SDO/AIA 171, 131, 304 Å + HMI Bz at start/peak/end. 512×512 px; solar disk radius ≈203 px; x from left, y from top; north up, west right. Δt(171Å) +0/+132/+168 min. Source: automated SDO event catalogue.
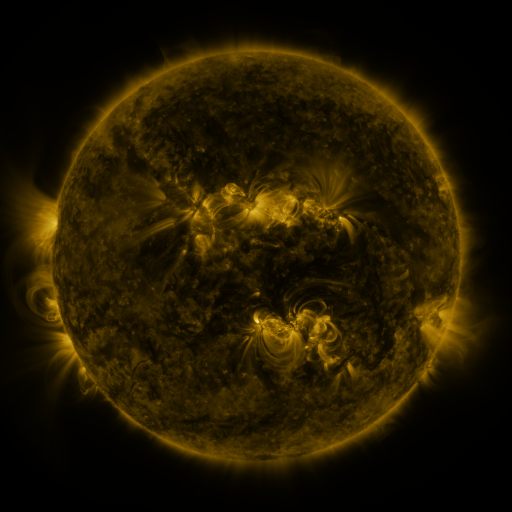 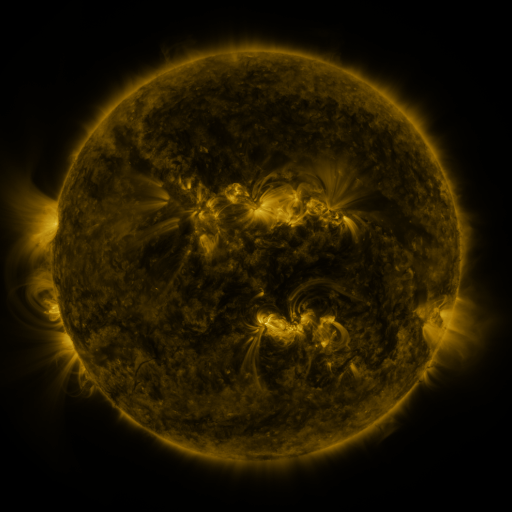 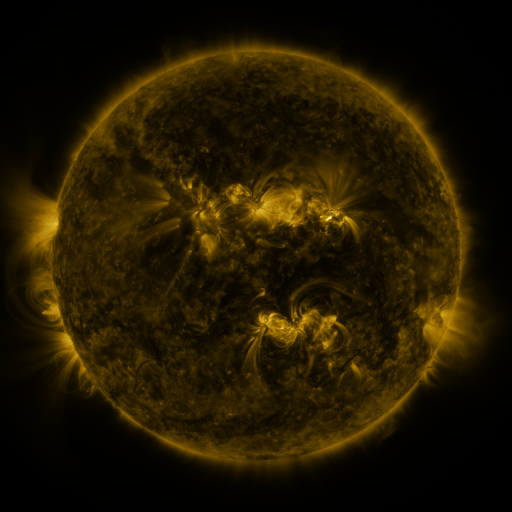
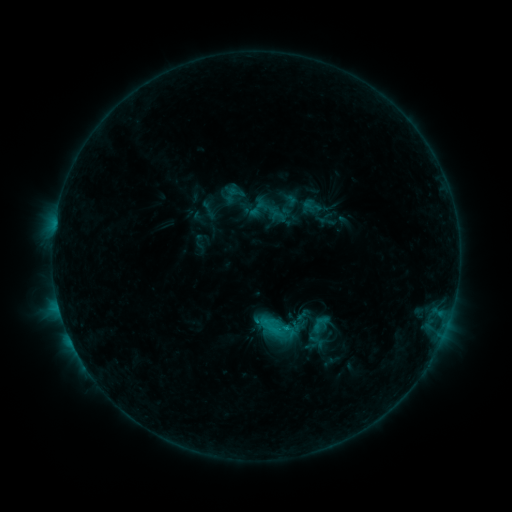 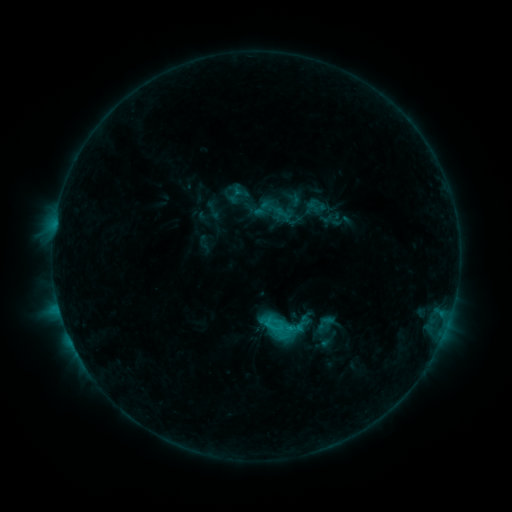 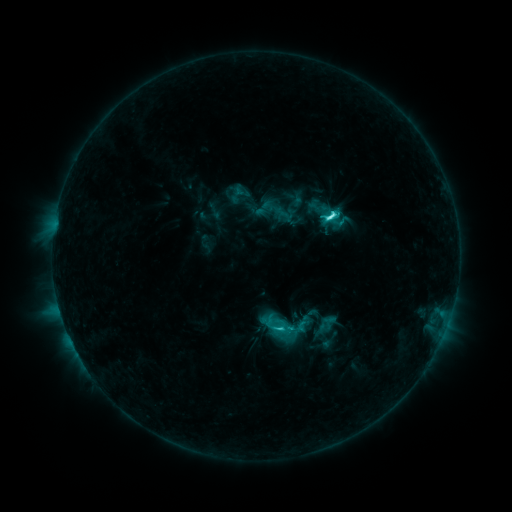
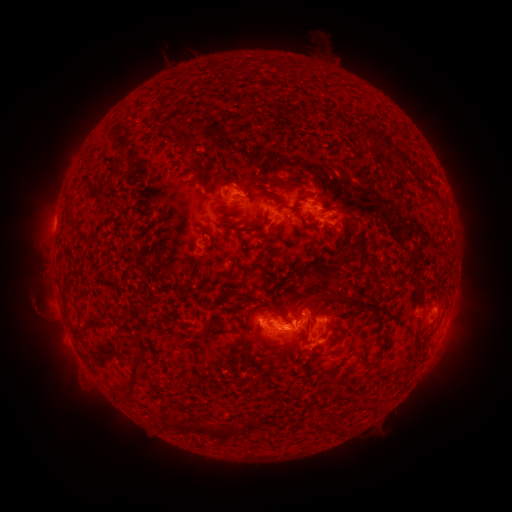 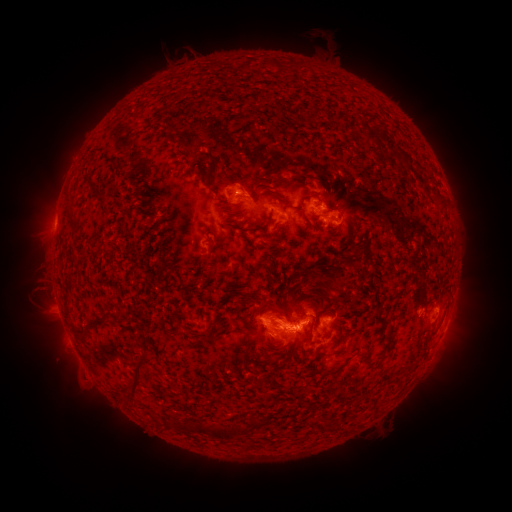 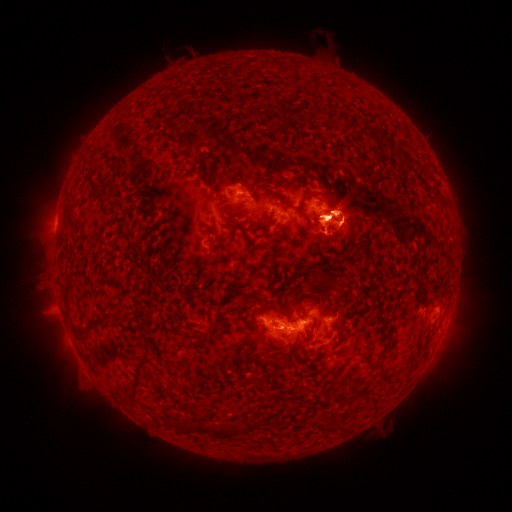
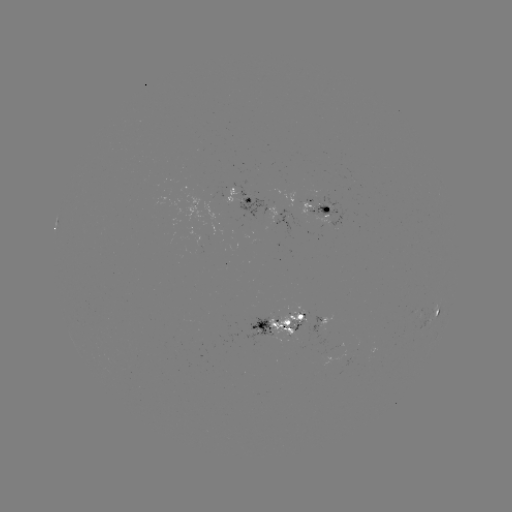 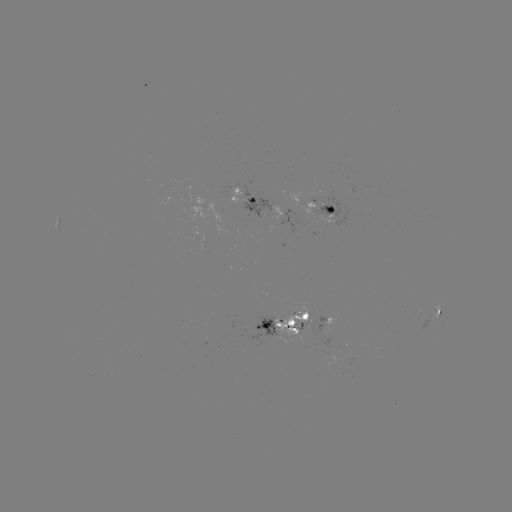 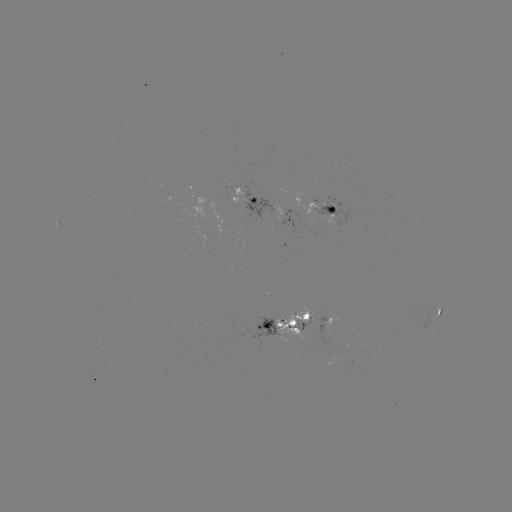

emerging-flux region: [293, 321, 308, 330]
